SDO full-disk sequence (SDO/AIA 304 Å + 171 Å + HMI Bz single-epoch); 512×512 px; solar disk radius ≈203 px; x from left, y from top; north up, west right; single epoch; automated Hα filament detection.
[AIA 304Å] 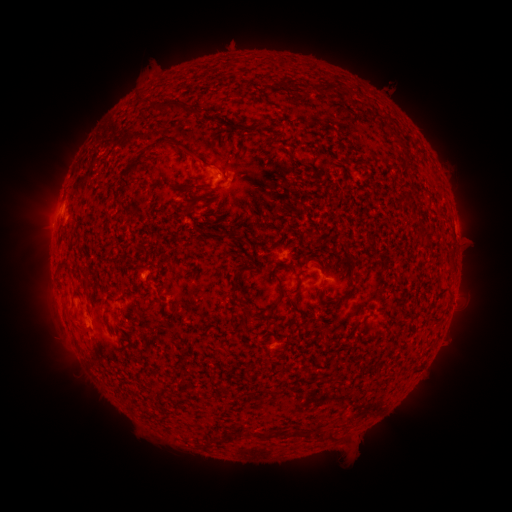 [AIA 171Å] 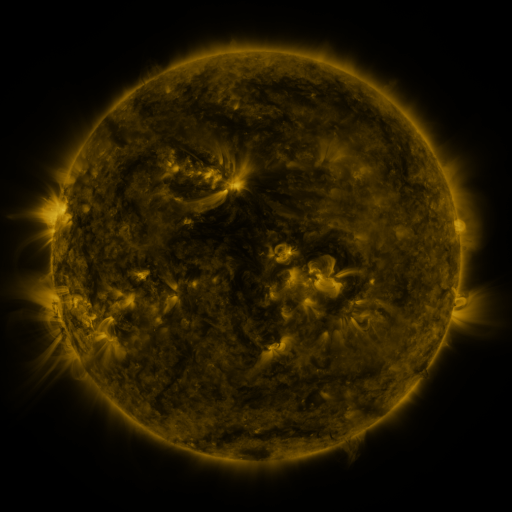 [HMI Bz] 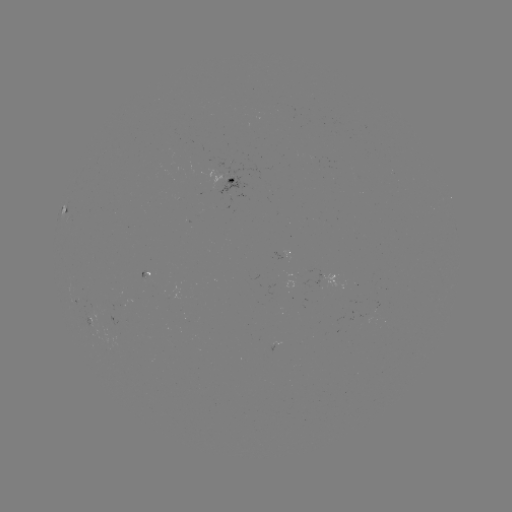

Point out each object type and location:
filament: (288, 86)
filament: (324, 87)
filament: (140, 103)
filament: (168, 107)
filament: (372, 114)
filament: (233, 126)
filament: (167, 142)
filament: (247, 143)
filament: (312, 157)
filament: (296, 161)
filament: (134, 164)
filament: (213, 168)
filament: (121, 182)
filament: (184, 188)
filament: (198, 188)
filament: (189, 208)
filament: (130, 215)
filament: (309, 233)
filament: (300, 272)
filament: (86, 289)
filament: (281, 289)
filament: (343, 297)
filament: (174, 309)
filament: (247, 322)
filament: (75, 326)
filament: (286, 366)
filament: (275, 391)
filament: (159, 393)
filament: (302, 431)
filament: (320, 432)
filament: (219, 441)
